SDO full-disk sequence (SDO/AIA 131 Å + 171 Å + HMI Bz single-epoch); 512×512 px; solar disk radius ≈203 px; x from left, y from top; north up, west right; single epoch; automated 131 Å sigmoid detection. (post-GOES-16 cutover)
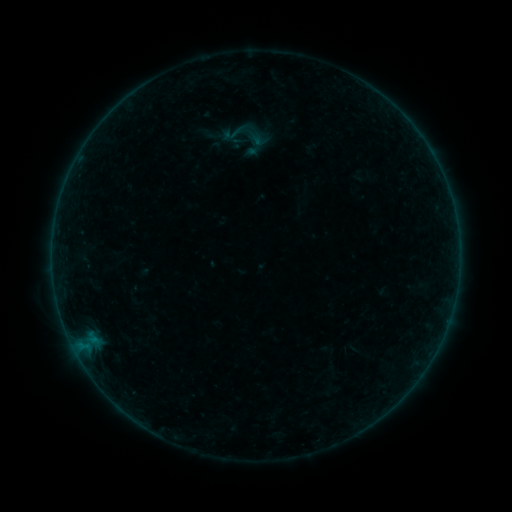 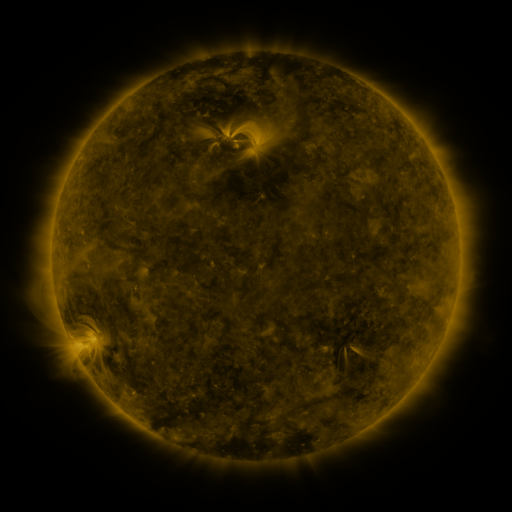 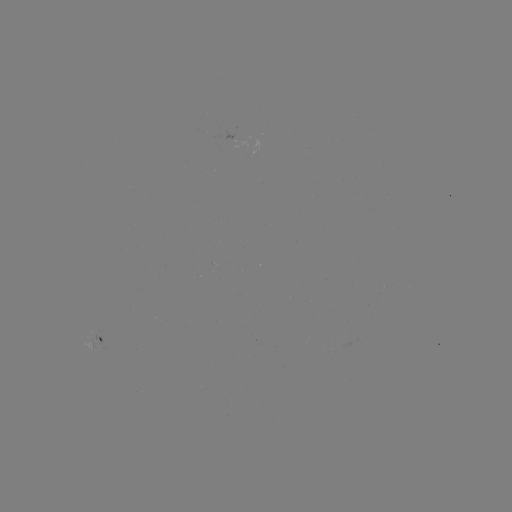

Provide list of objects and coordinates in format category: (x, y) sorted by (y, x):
sigmoid: (238, 132)
